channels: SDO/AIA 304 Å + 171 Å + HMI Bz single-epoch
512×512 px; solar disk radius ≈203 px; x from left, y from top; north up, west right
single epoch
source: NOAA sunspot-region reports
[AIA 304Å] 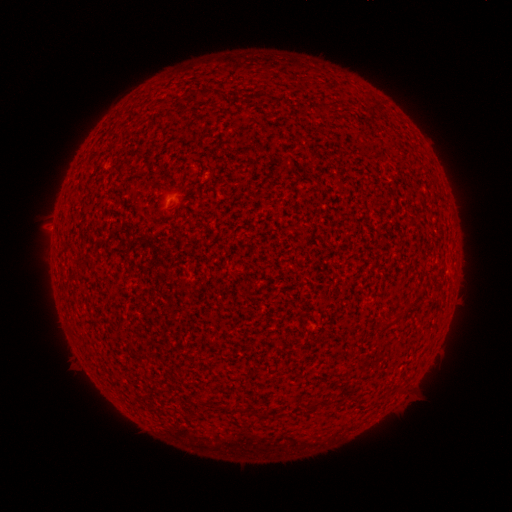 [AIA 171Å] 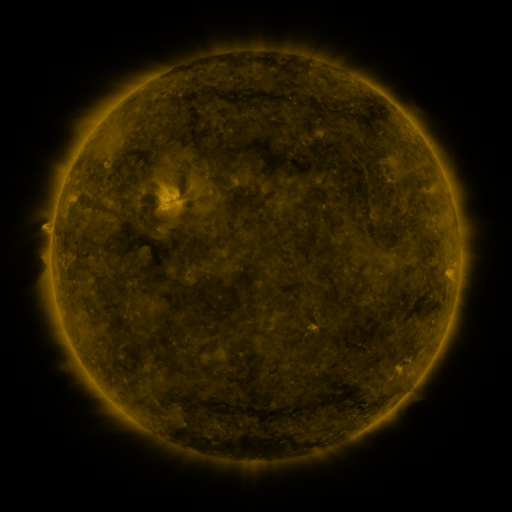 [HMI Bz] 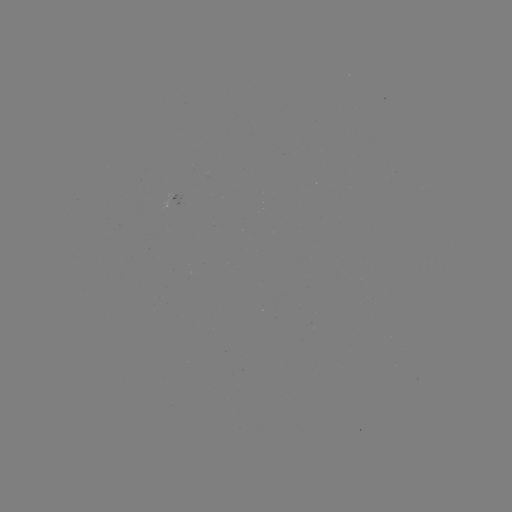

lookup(spotted active region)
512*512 174,195